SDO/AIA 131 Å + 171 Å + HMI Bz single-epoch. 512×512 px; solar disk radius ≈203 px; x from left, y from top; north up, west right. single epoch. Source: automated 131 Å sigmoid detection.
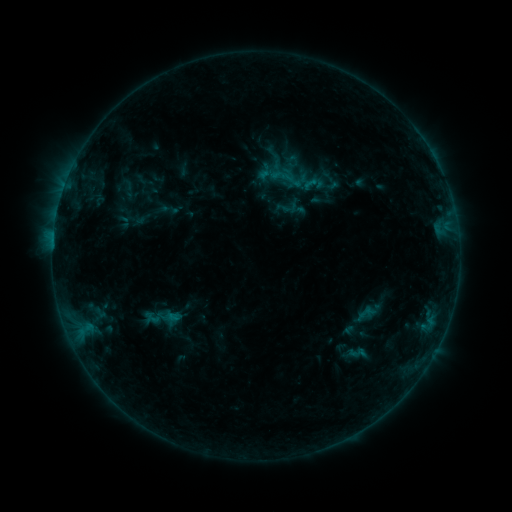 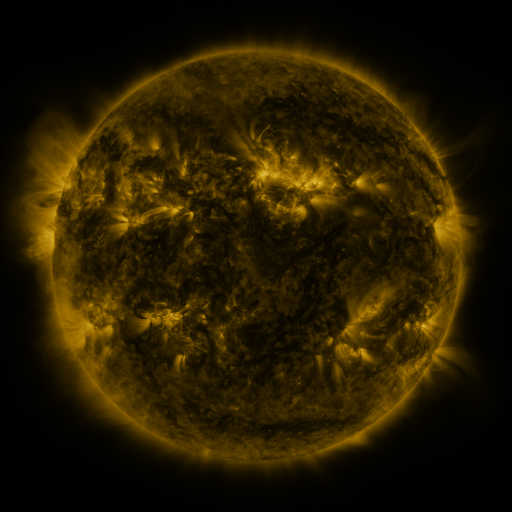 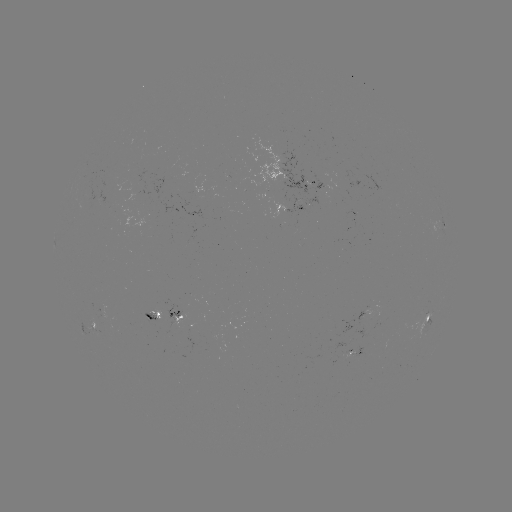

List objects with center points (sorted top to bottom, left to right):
sigmoid: <bbox>300, 175, 320, 192</bbox>
